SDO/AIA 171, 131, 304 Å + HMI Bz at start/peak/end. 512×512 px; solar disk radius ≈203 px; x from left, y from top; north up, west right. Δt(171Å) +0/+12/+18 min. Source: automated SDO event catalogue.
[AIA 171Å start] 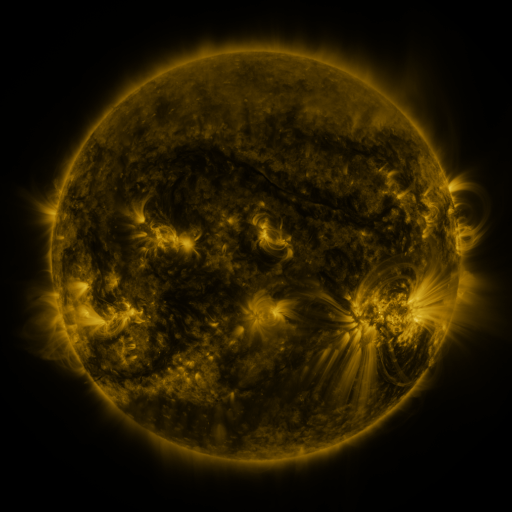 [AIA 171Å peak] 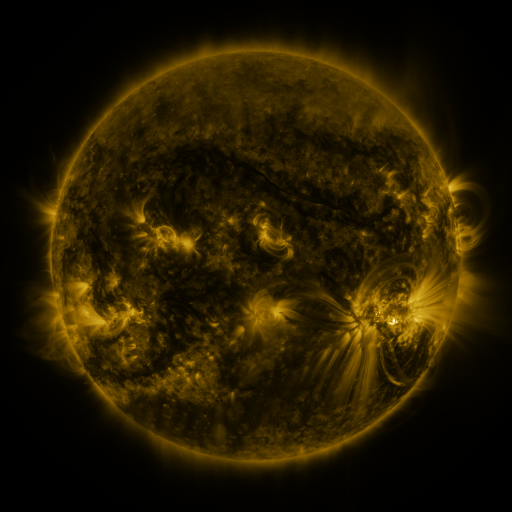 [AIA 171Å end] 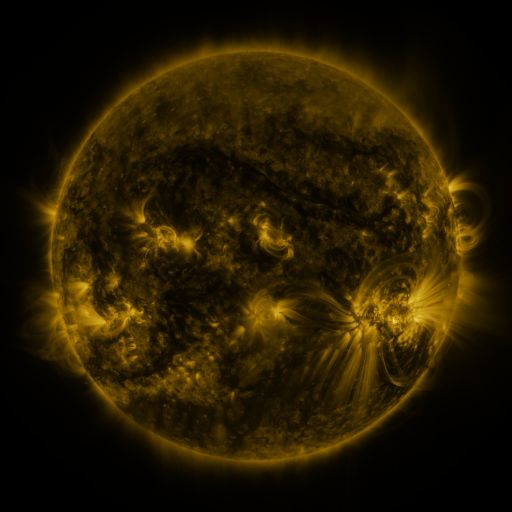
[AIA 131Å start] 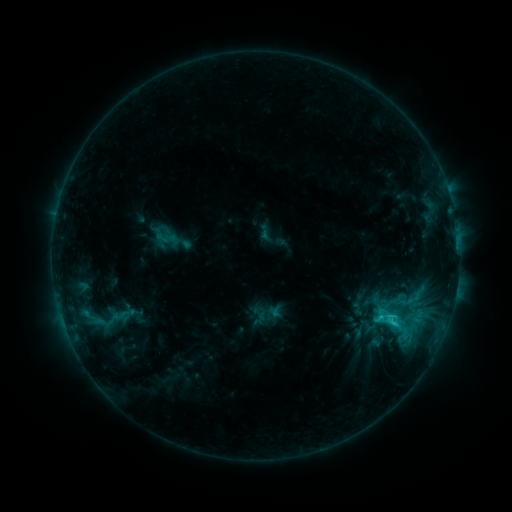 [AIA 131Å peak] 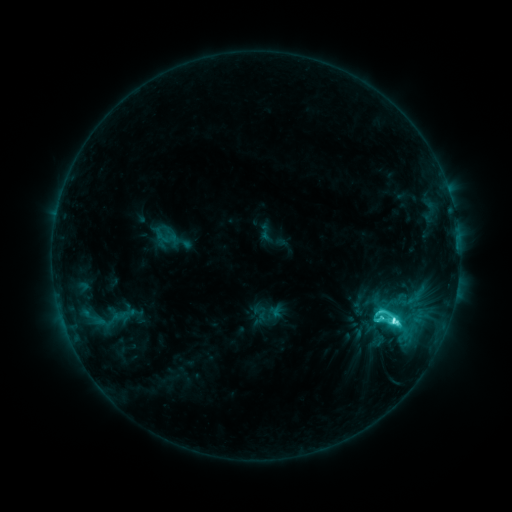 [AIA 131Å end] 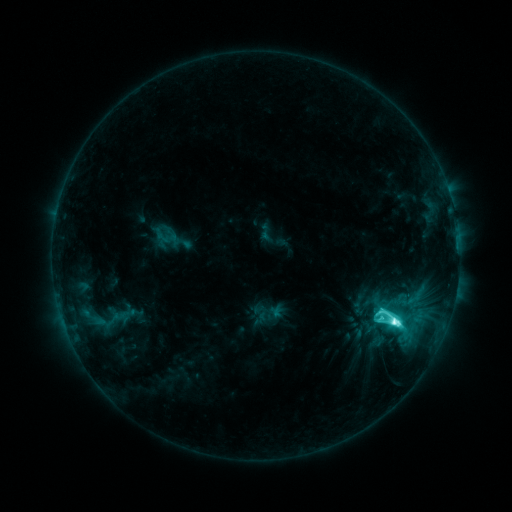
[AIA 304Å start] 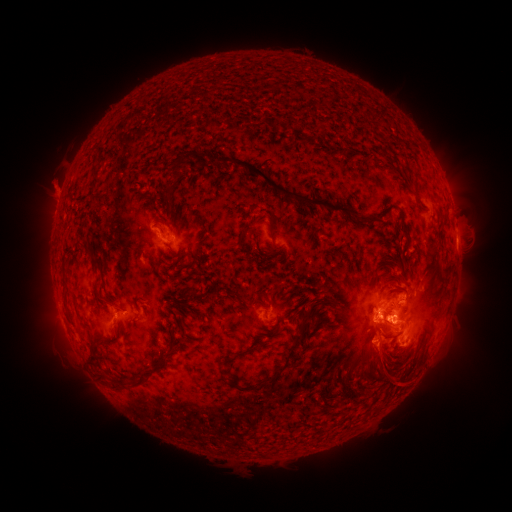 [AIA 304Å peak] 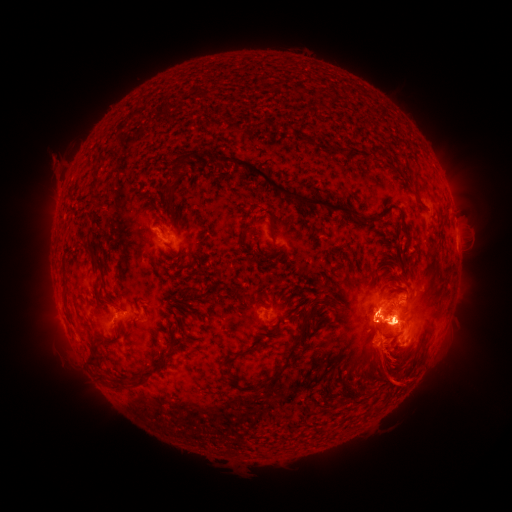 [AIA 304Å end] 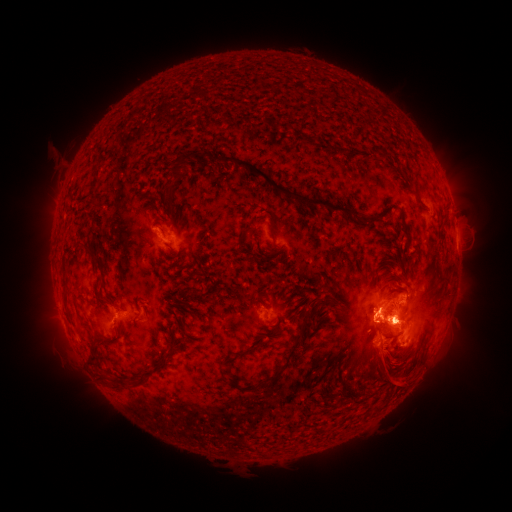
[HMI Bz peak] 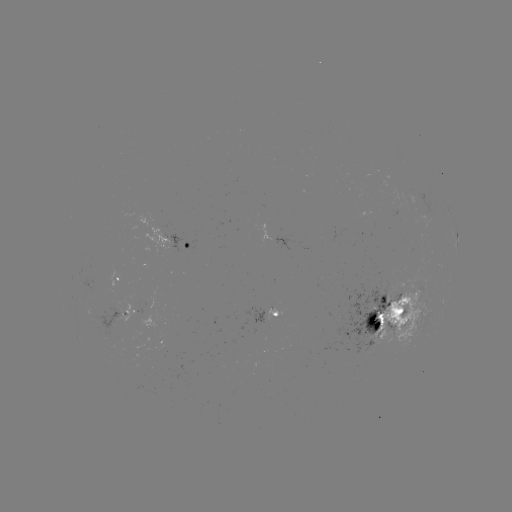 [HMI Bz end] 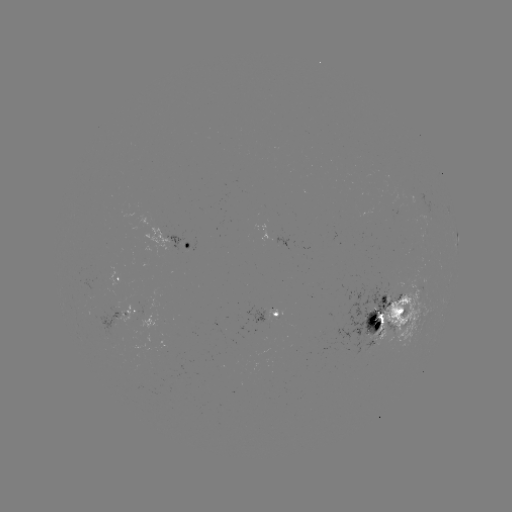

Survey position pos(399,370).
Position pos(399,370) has eruption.